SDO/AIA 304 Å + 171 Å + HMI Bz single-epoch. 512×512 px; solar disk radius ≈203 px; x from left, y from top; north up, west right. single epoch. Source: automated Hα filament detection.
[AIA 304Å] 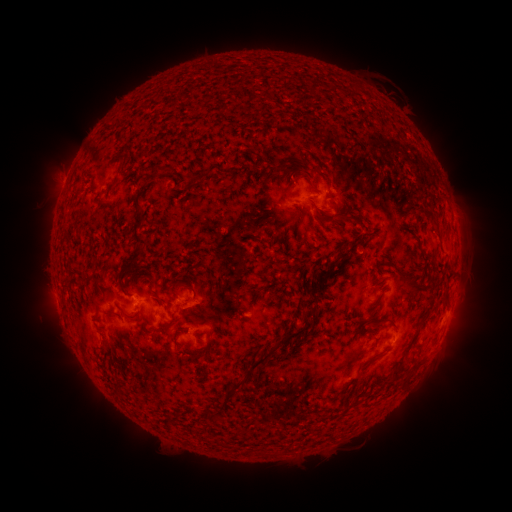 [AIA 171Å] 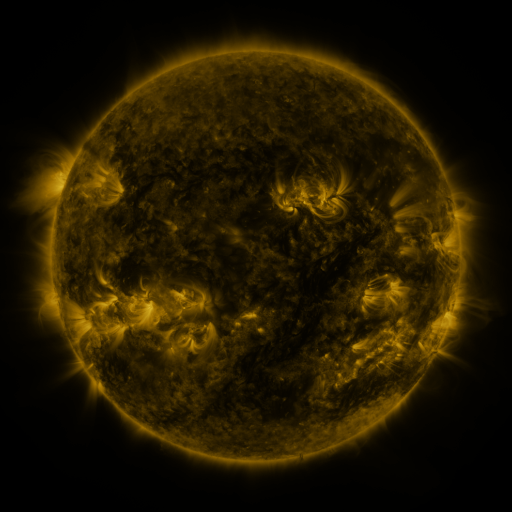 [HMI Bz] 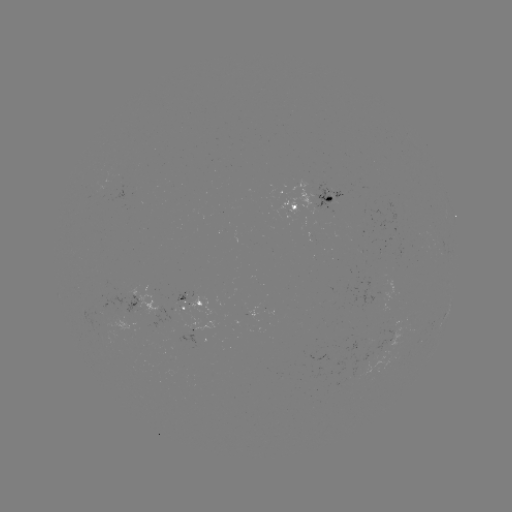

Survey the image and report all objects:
filament: (315, 88)
filament: (331, 201)
filament: (427, 214)
filament: (330, 218)
filament: (350, 219)
filament: (137, 225)
filament: (136, 255)
filament: (321, 271)
filament: (182, 283)
filament: (415, 290)
filament: (307, 305)
filament: (109, 312)
filament: (131, 315)
filament: (310, 317)
filament: (371, 322)
filament: (169, 323)
filament: (391, 325)
filament: (260, 360)
filament: (366, 365)
filament: (391, 380)
